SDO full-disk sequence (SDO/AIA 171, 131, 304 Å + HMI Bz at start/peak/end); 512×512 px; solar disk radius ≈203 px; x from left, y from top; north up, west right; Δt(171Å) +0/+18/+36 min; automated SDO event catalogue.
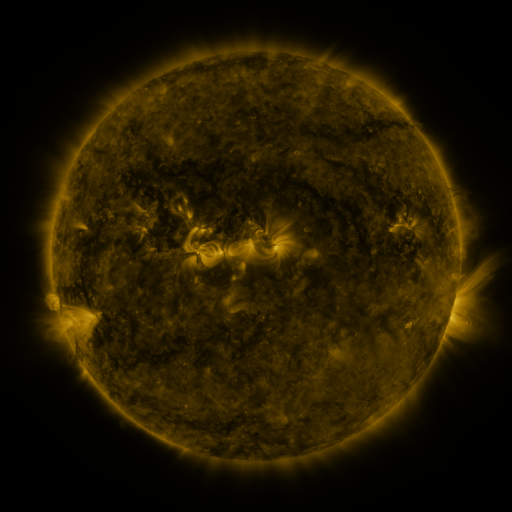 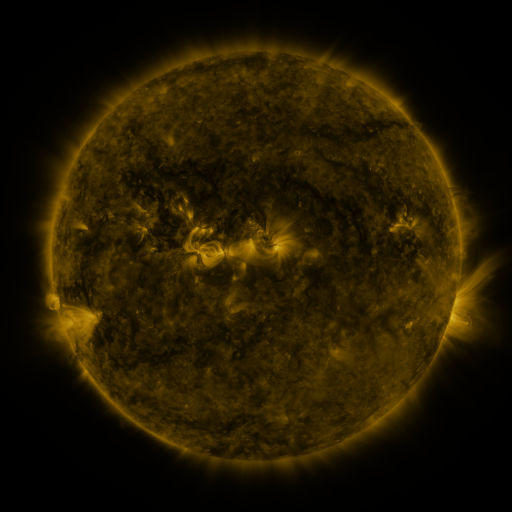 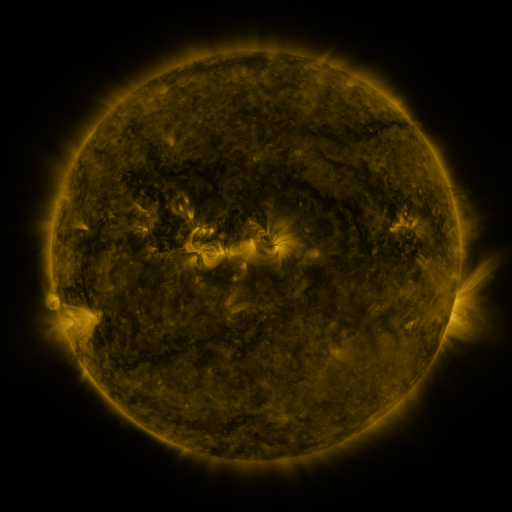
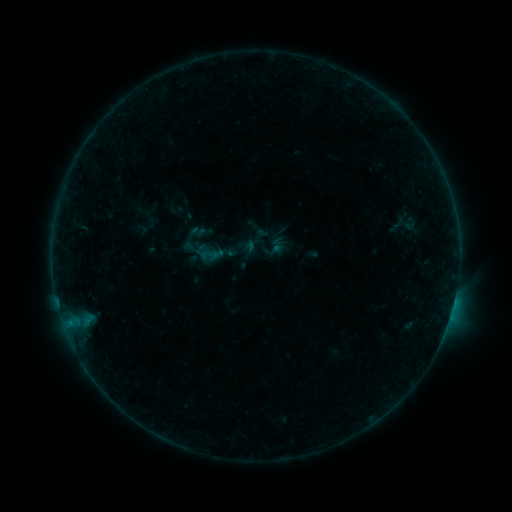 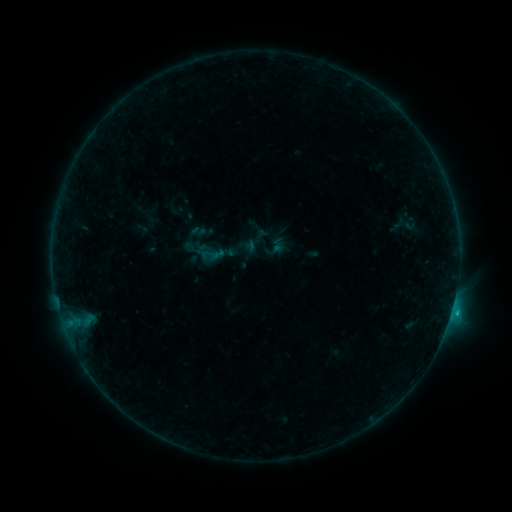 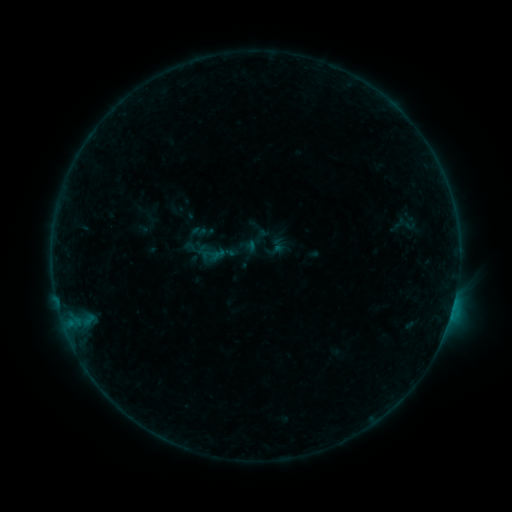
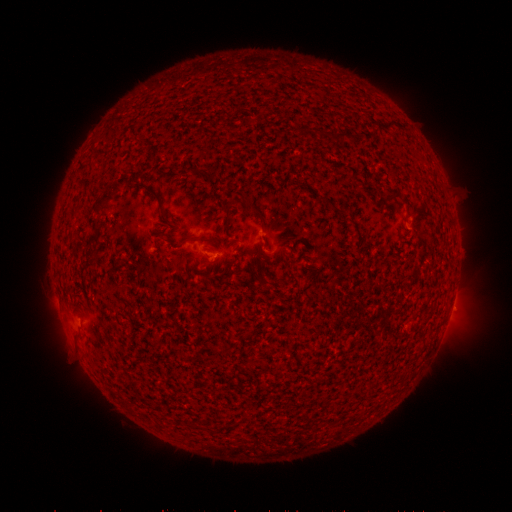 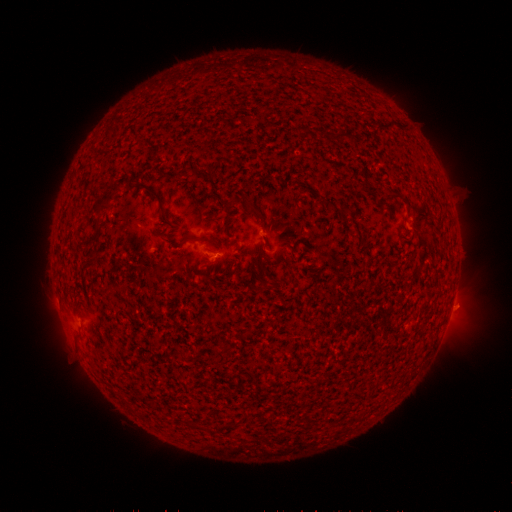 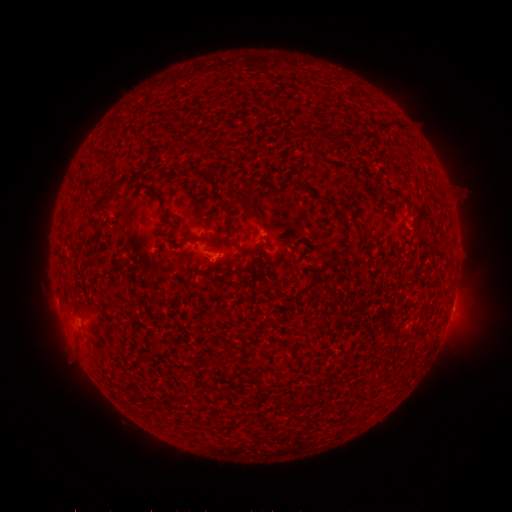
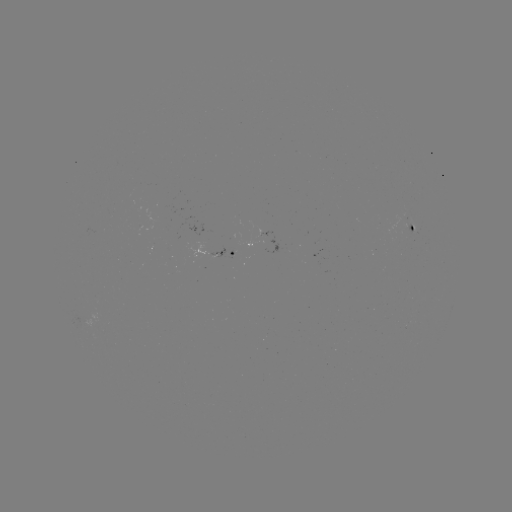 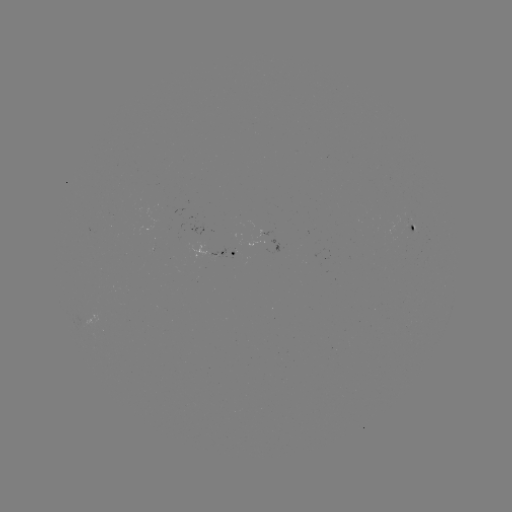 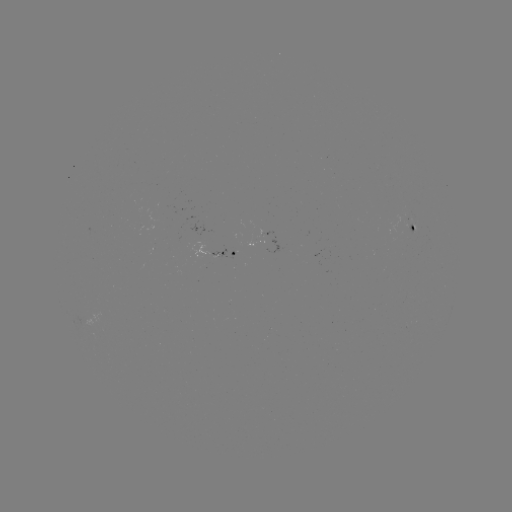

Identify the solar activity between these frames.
B5.5 flare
